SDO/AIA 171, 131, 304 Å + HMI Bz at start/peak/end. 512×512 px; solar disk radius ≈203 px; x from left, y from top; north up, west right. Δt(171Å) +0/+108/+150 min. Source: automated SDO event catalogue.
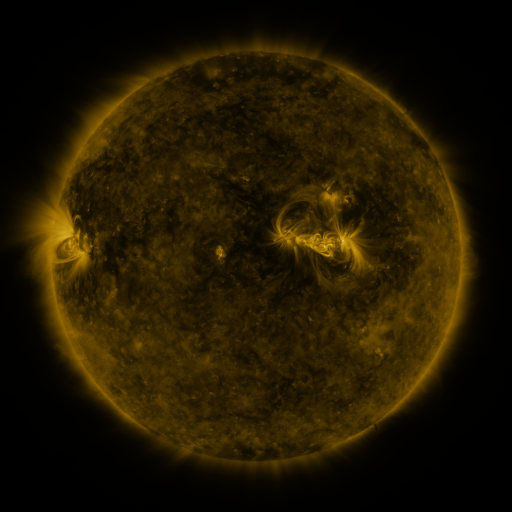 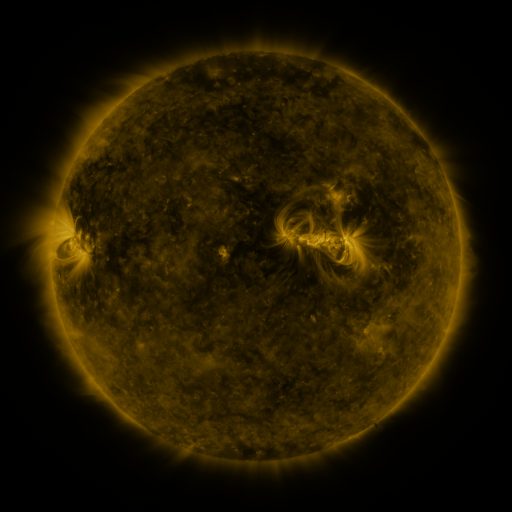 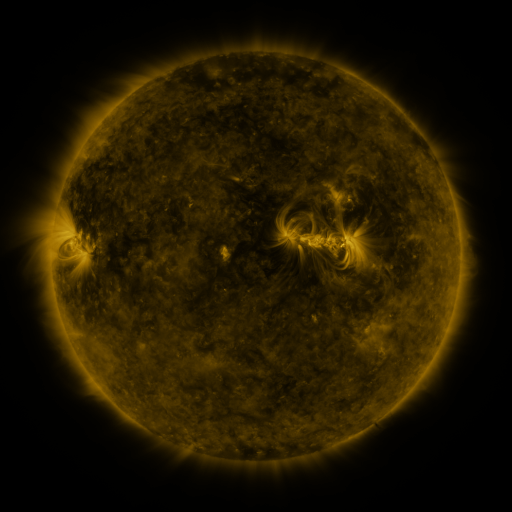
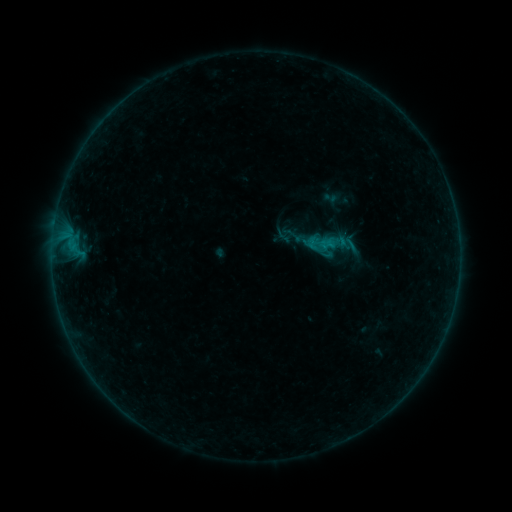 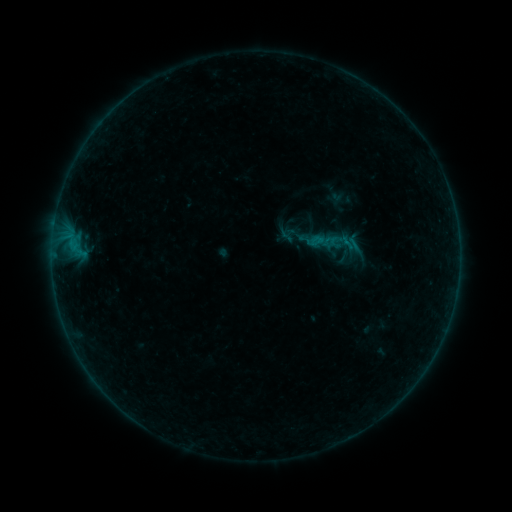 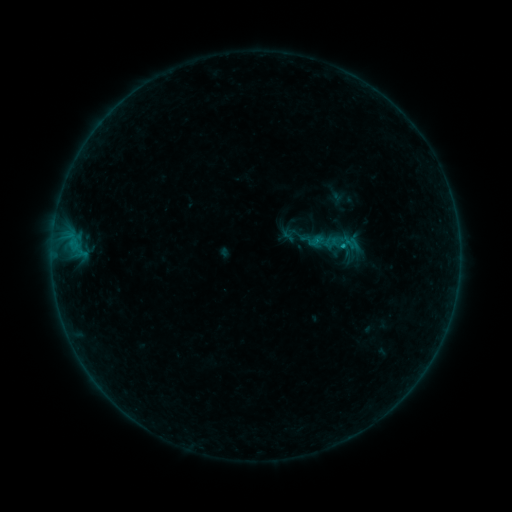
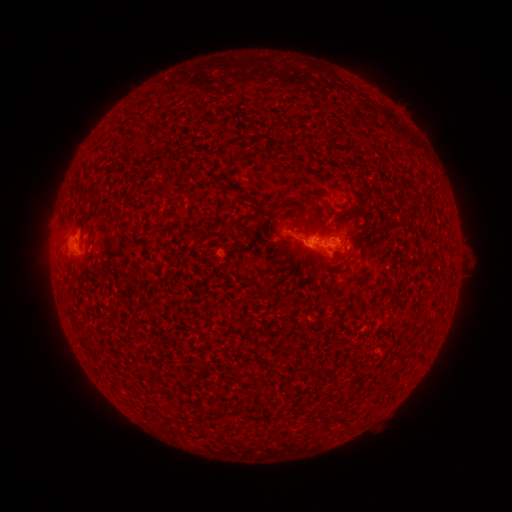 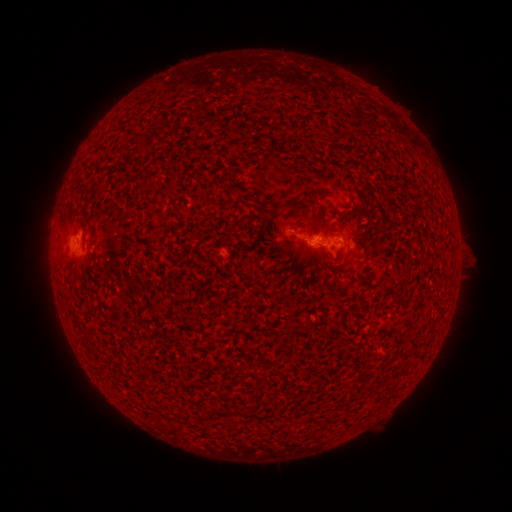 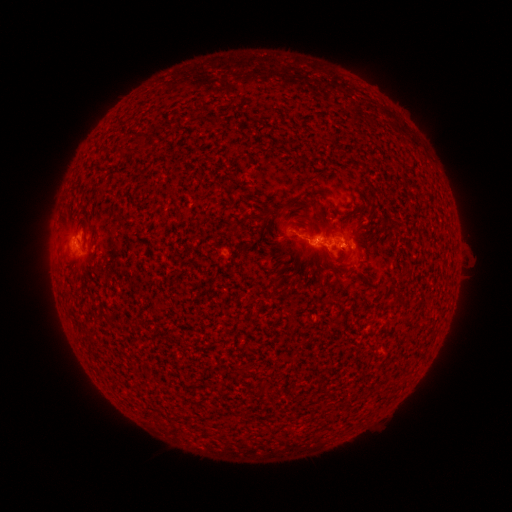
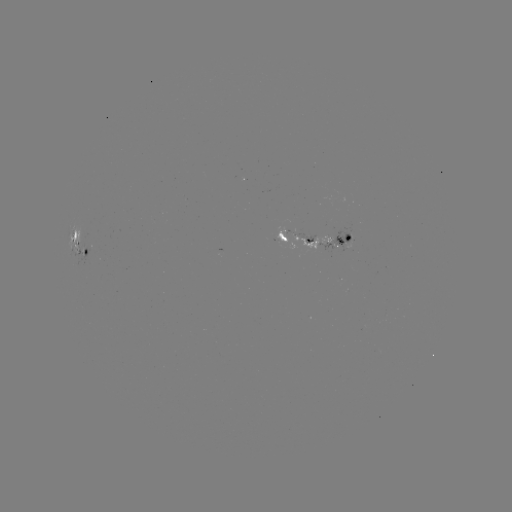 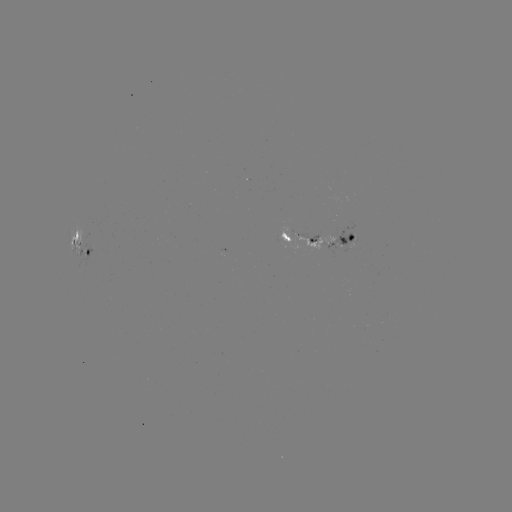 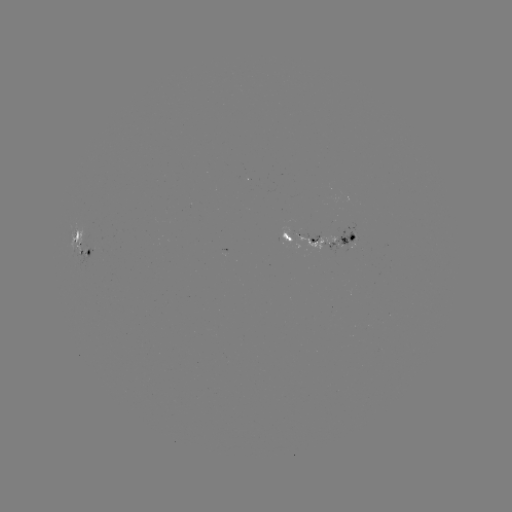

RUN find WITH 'emerging-flux region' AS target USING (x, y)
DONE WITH (85, 252) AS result